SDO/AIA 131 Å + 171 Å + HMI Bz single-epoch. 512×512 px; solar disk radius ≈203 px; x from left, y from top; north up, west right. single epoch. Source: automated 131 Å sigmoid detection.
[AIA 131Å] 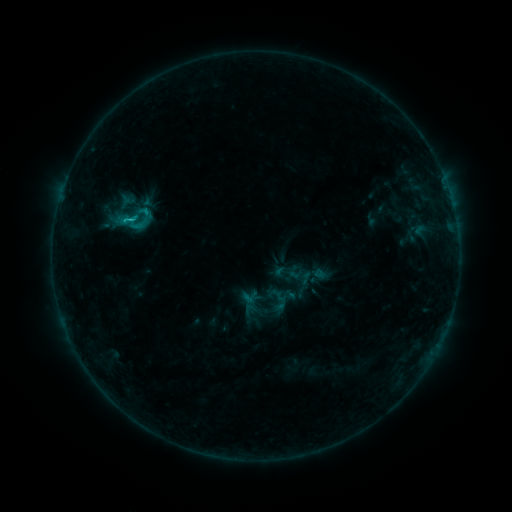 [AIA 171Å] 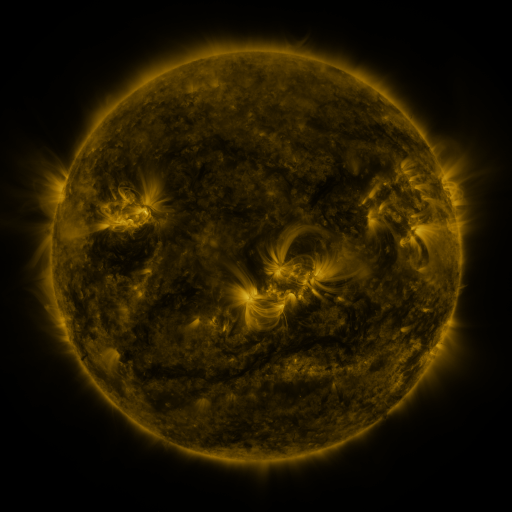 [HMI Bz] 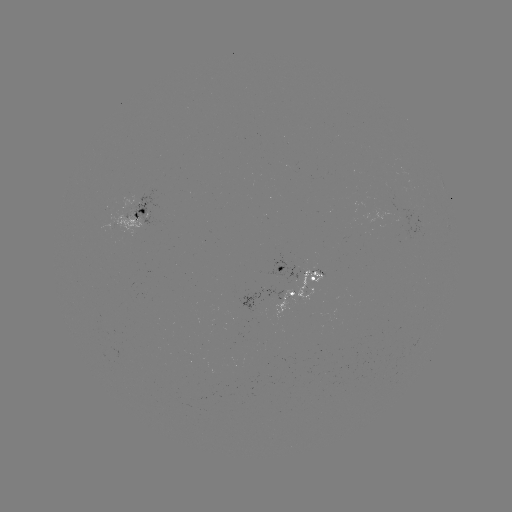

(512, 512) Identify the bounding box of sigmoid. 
[112, 197, 155, 240].